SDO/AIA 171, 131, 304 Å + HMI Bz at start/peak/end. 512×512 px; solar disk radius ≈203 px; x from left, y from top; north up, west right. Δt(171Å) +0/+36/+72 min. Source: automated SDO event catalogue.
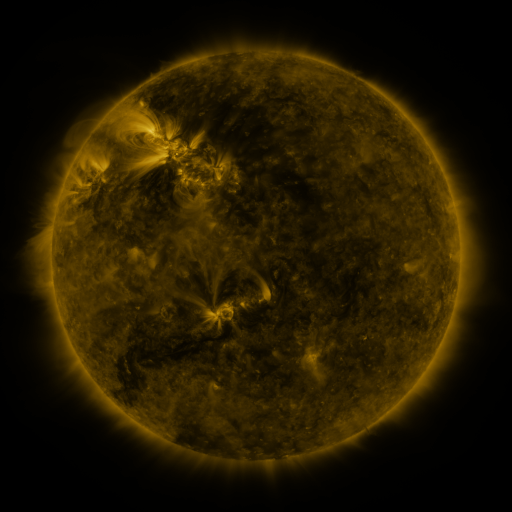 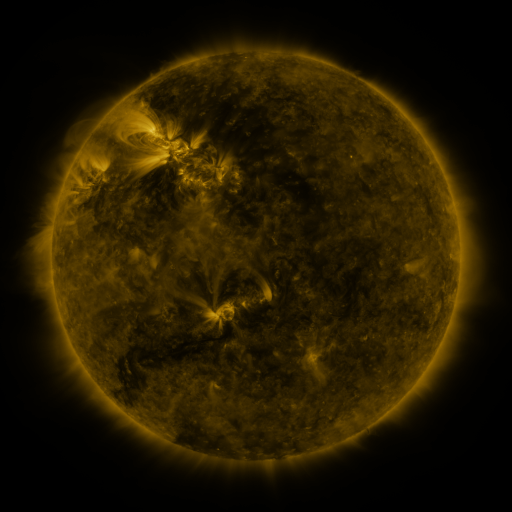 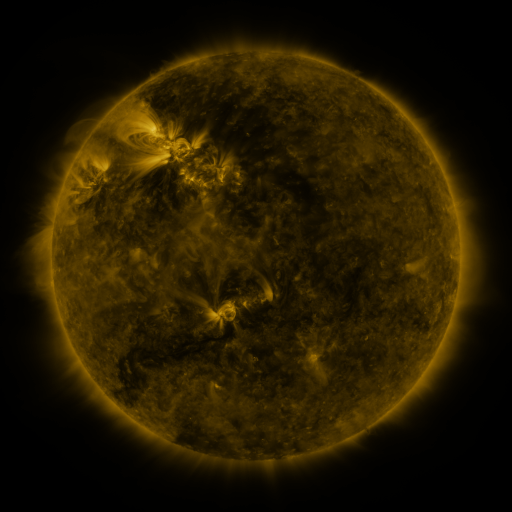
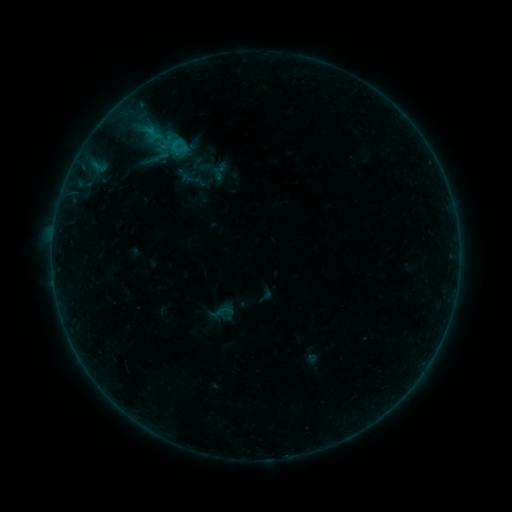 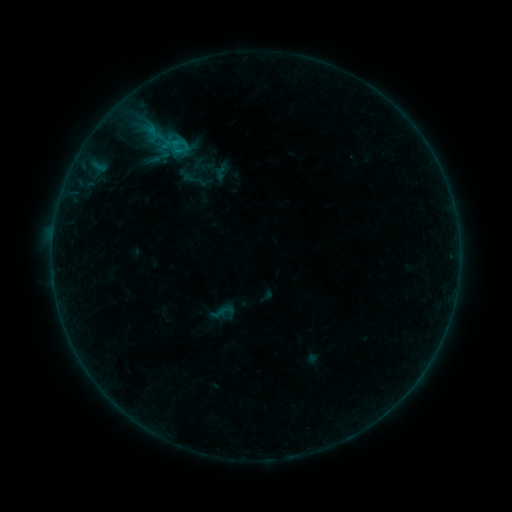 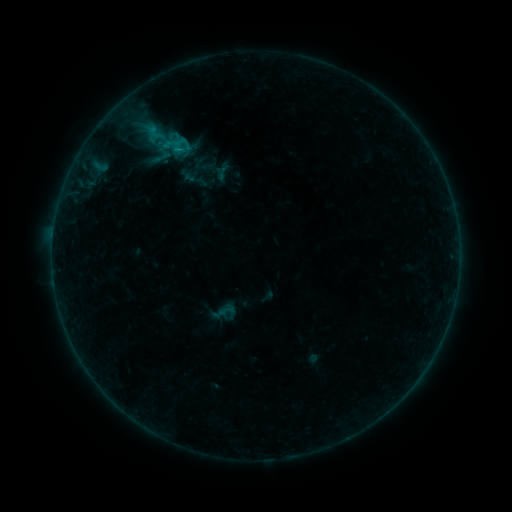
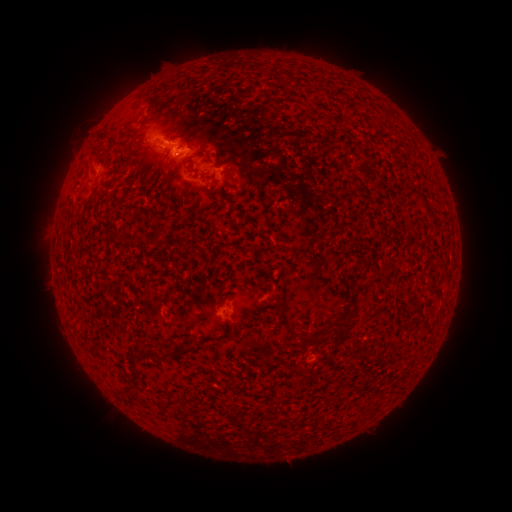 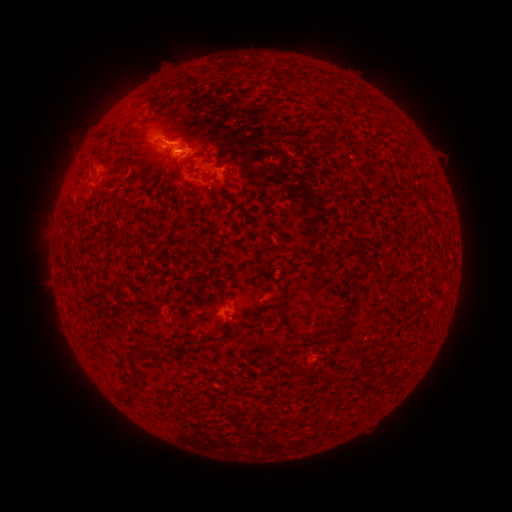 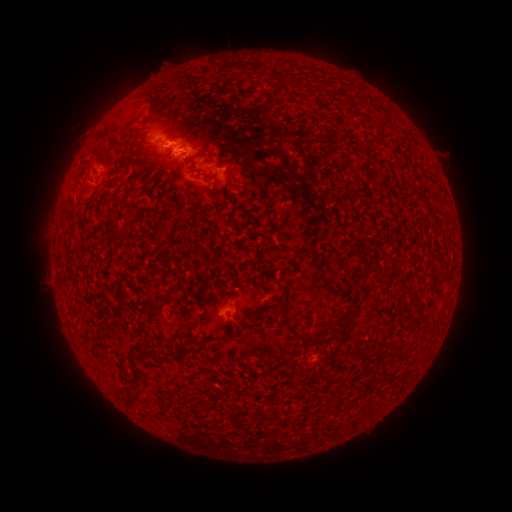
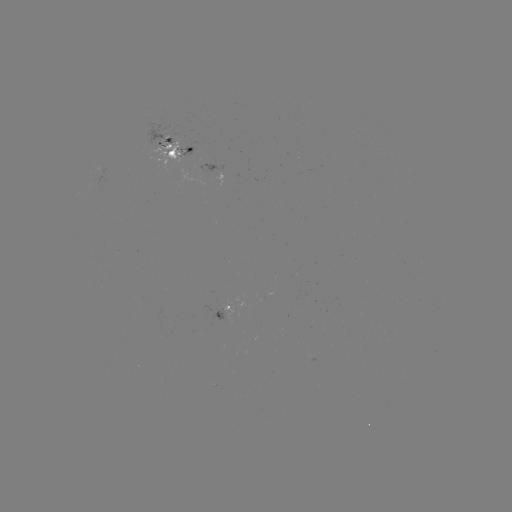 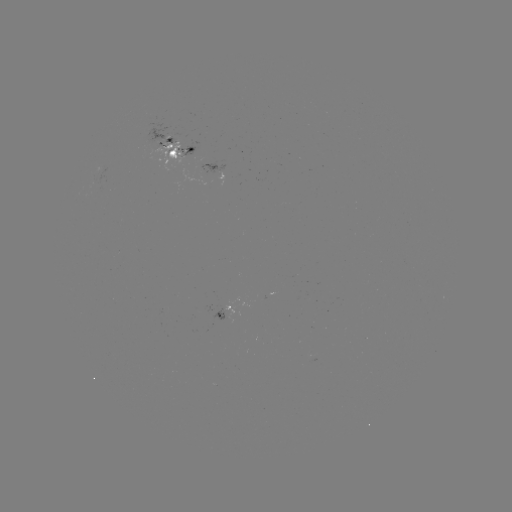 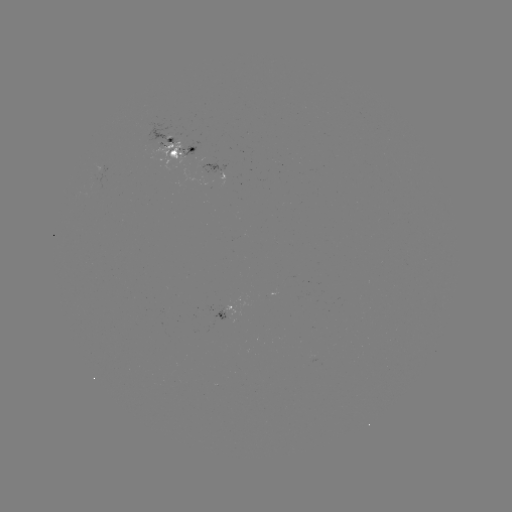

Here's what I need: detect emerging-flux region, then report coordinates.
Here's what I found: emerging-flux region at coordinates [176, 151].